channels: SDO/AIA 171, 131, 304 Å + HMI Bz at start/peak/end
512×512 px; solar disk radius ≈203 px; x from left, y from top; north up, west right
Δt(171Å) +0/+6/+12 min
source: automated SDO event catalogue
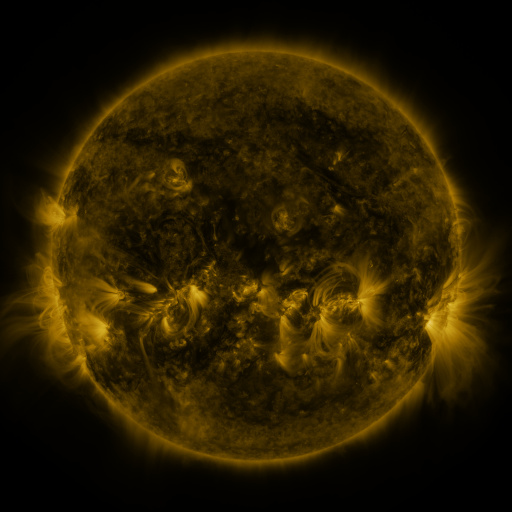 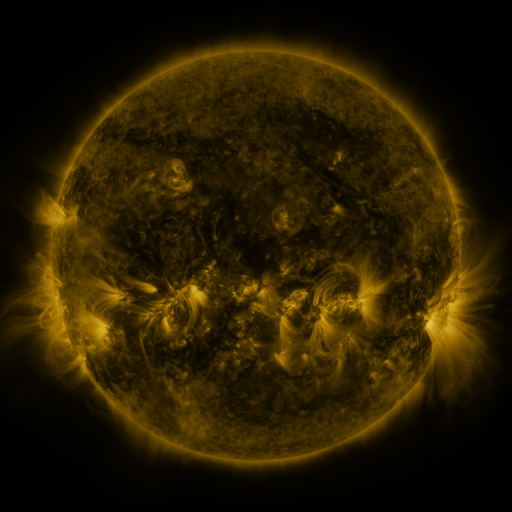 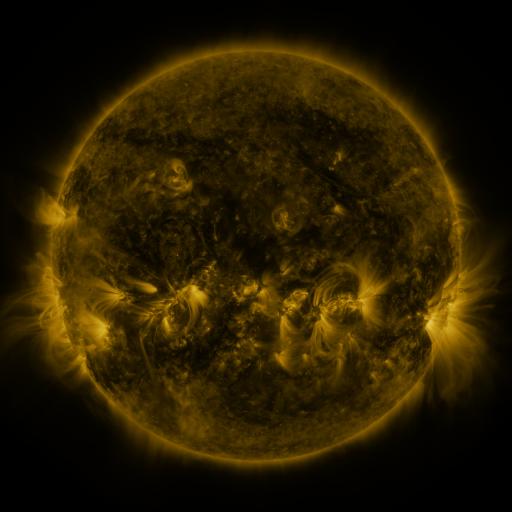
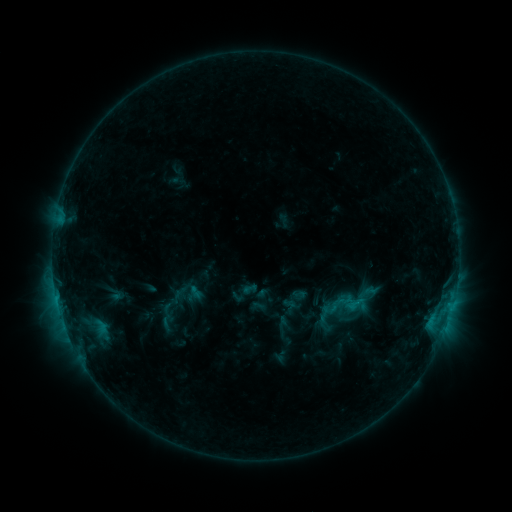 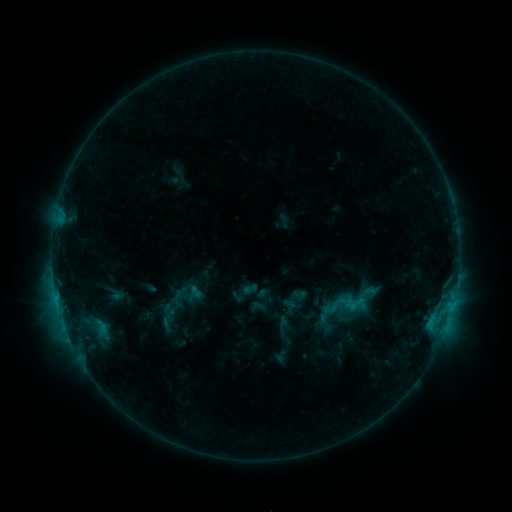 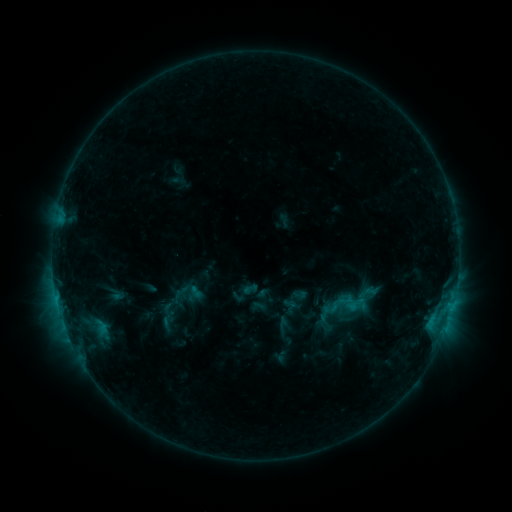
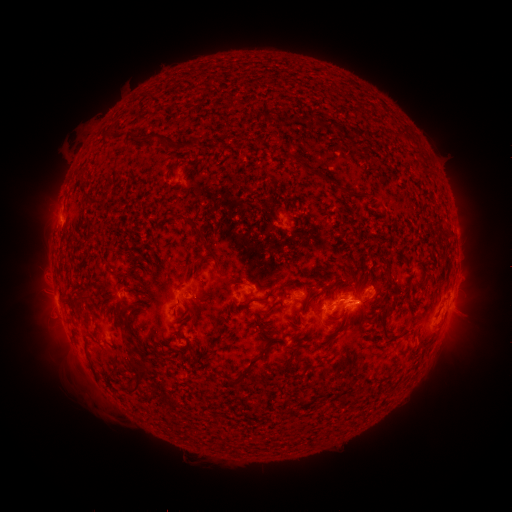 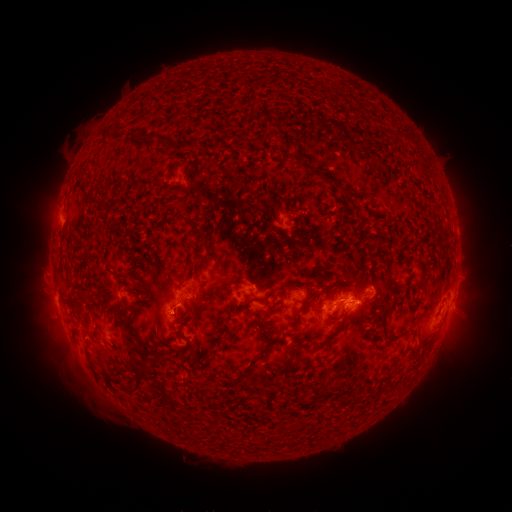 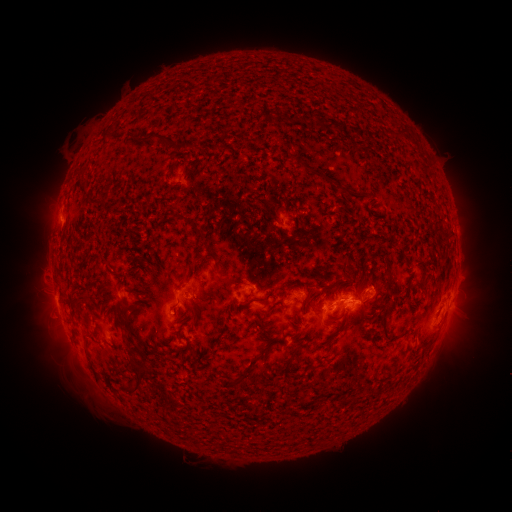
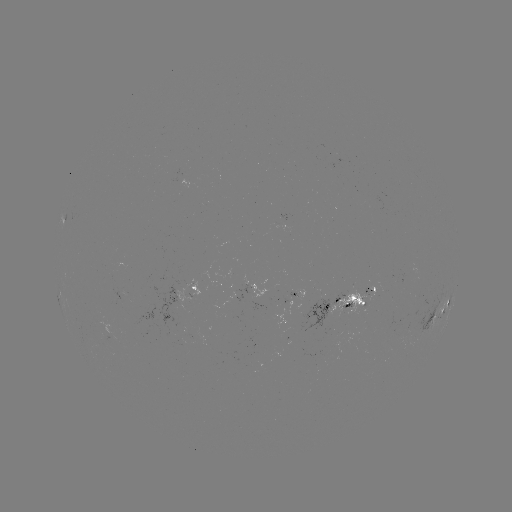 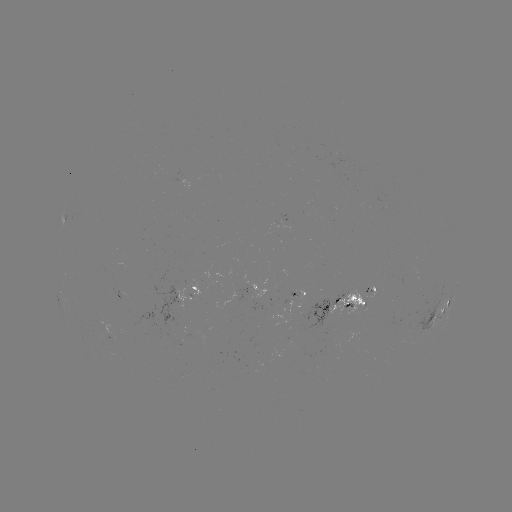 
no catalogued flare and no flagged EUV brightening in this window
